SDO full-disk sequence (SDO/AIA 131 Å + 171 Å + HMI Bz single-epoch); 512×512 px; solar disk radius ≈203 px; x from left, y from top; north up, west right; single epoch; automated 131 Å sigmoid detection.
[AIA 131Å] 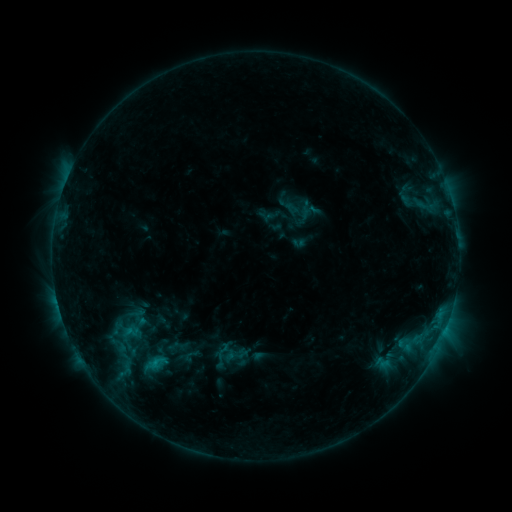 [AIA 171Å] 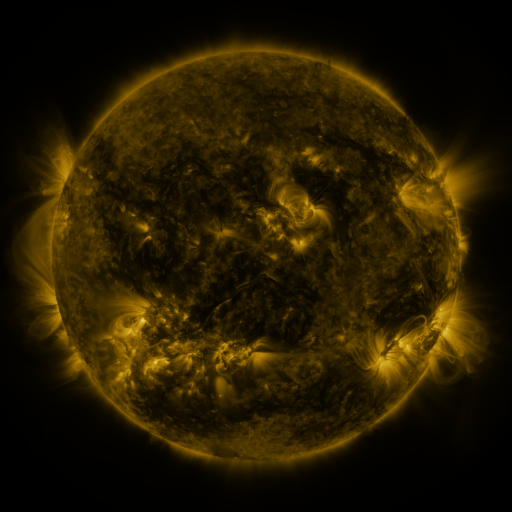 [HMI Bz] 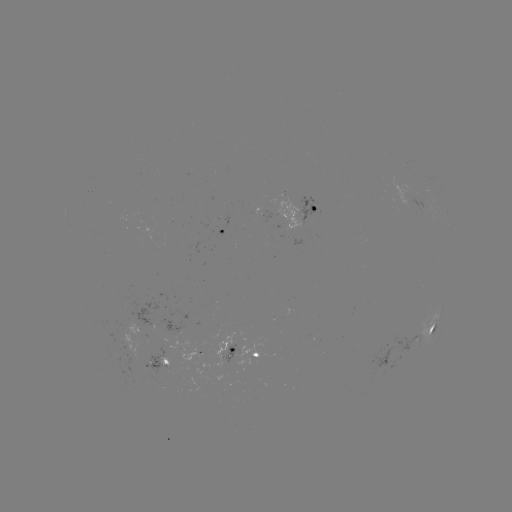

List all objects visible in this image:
sigmoid: (223, 351)
